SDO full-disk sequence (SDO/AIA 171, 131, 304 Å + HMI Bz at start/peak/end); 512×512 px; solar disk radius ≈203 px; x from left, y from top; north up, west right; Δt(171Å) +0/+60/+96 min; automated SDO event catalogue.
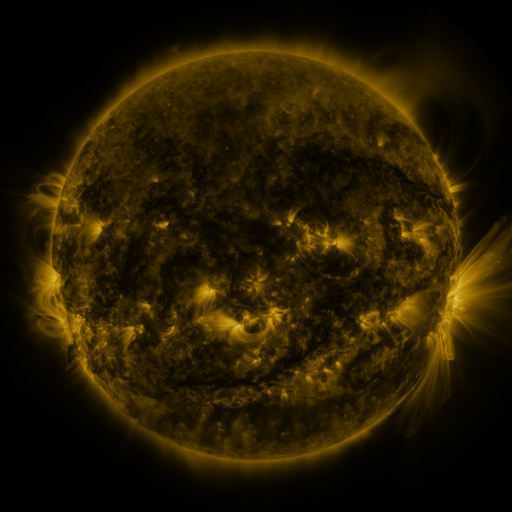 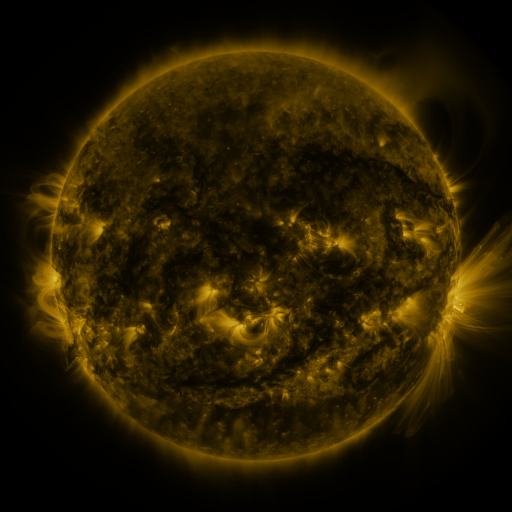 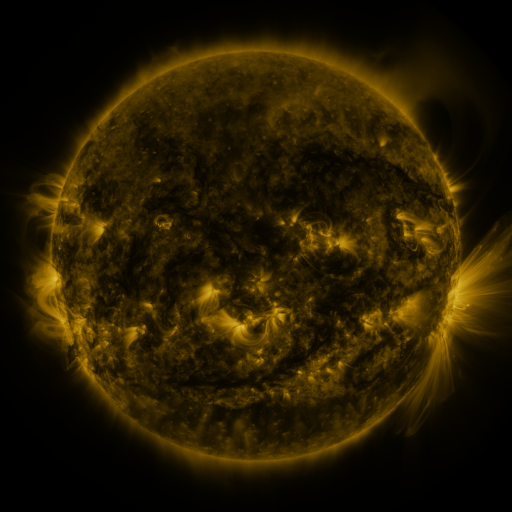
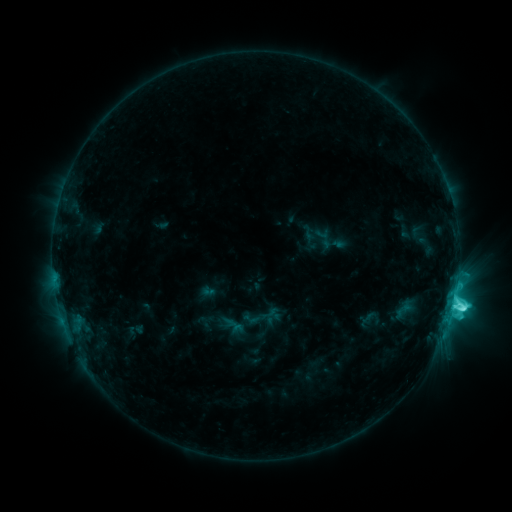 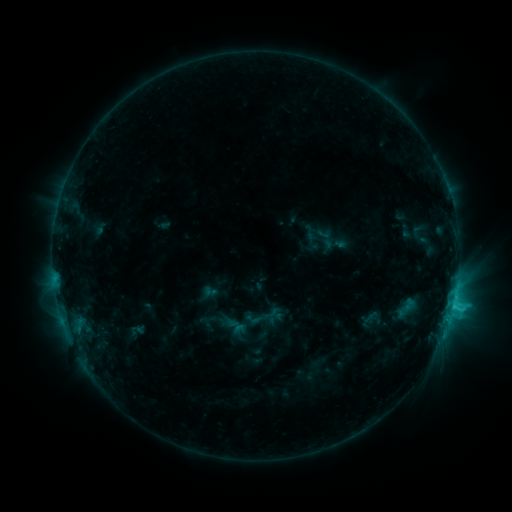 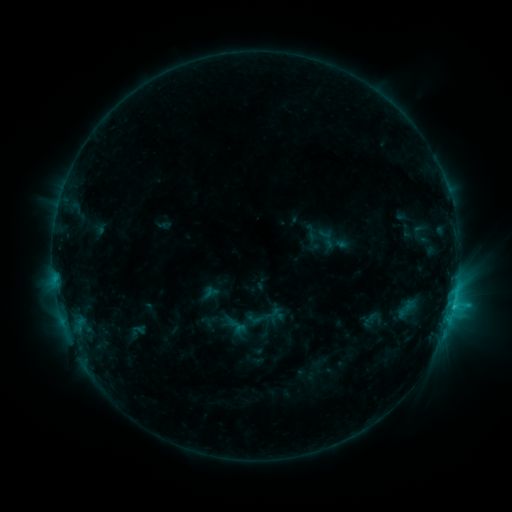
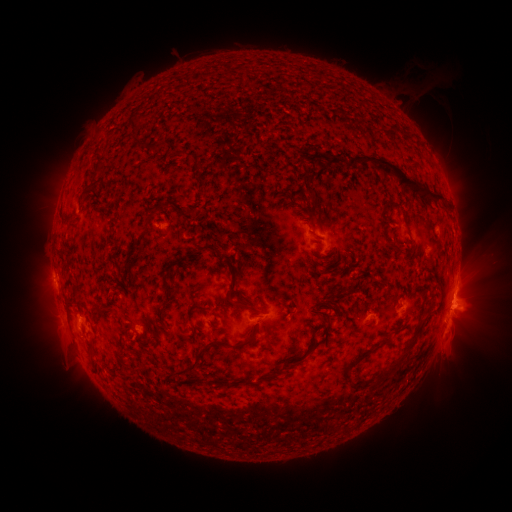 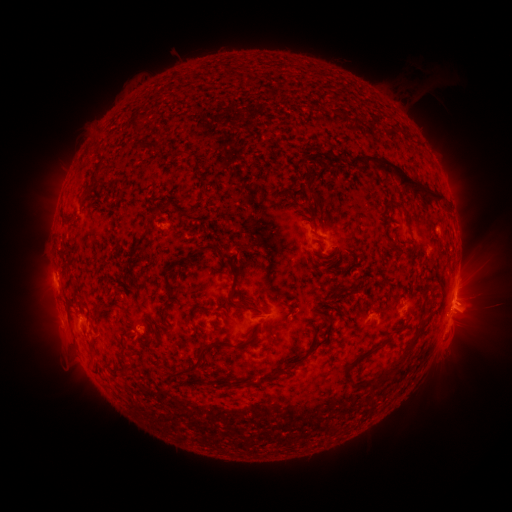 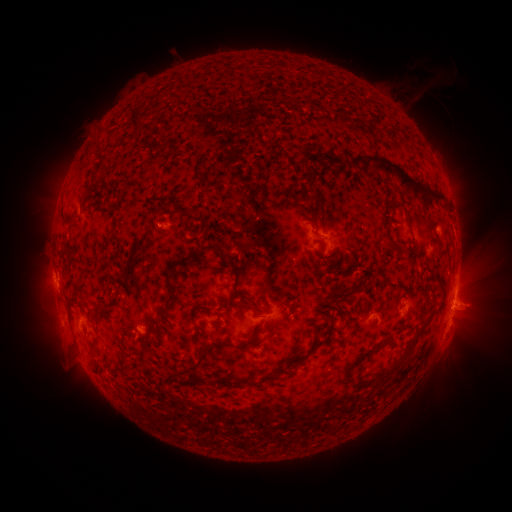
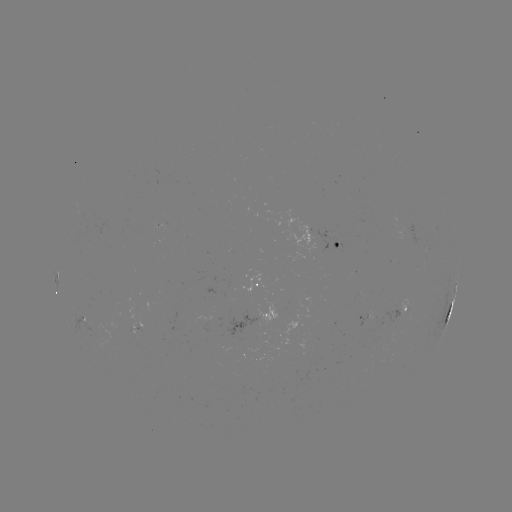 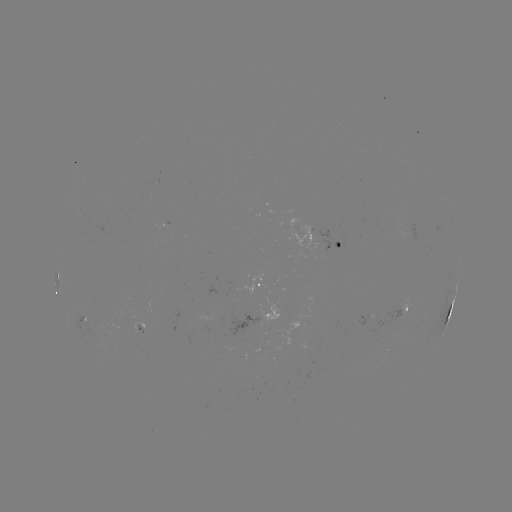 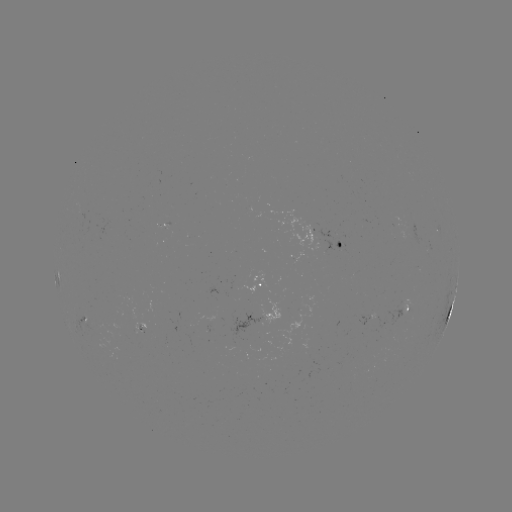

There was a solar emerging-flux region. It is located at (397, 227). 